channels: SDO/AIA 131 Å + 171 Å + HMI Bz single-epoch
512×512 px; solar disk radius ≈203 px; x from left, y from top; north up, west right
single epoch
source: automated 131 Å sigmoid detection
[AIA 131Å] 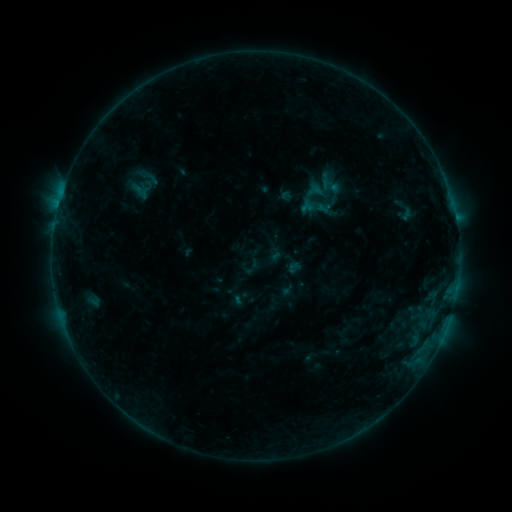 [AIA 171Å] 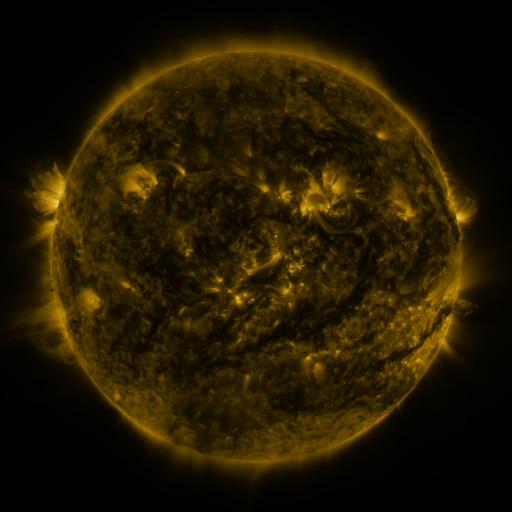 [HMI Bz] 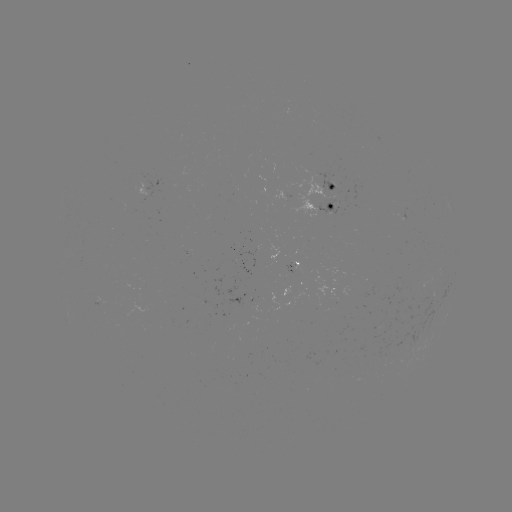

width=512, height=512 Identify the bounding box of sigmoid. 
[229, 288, 250, 308].